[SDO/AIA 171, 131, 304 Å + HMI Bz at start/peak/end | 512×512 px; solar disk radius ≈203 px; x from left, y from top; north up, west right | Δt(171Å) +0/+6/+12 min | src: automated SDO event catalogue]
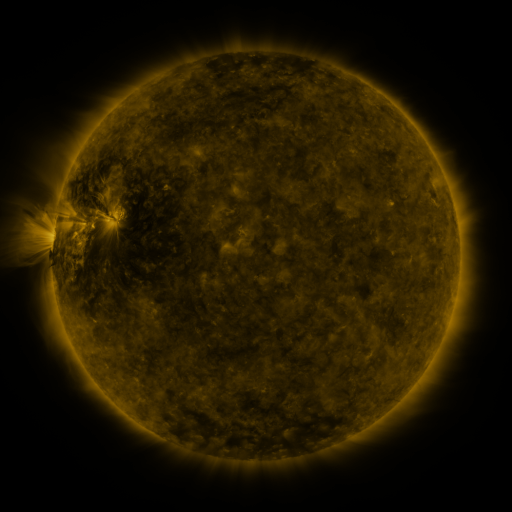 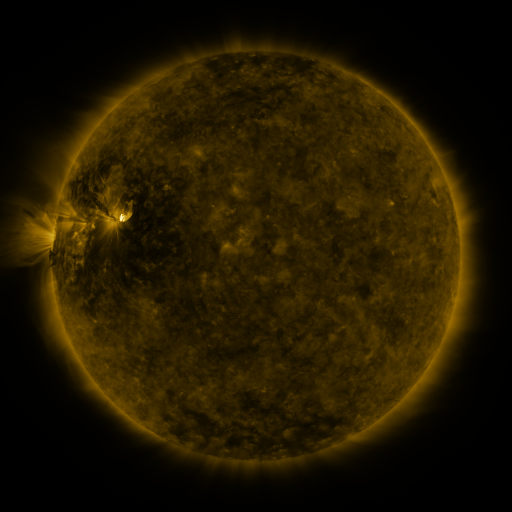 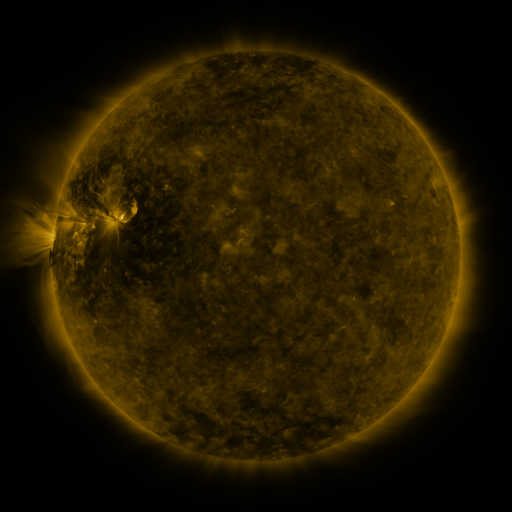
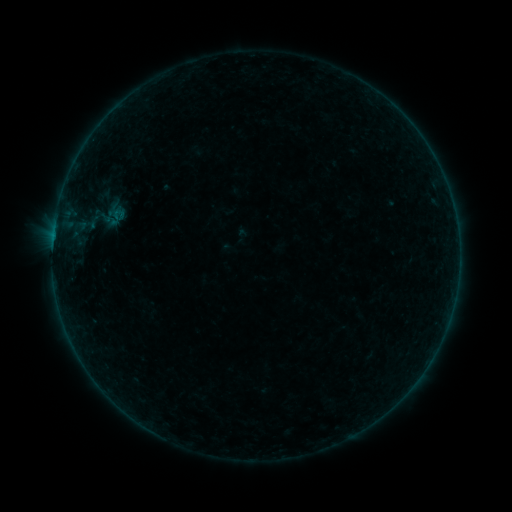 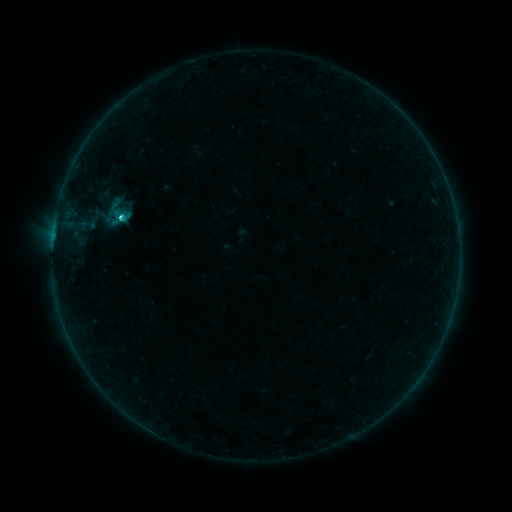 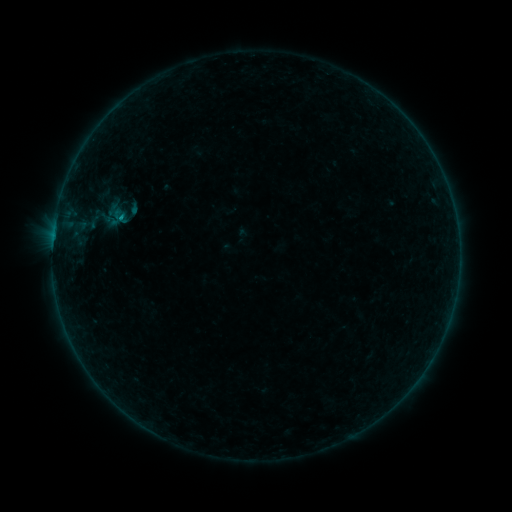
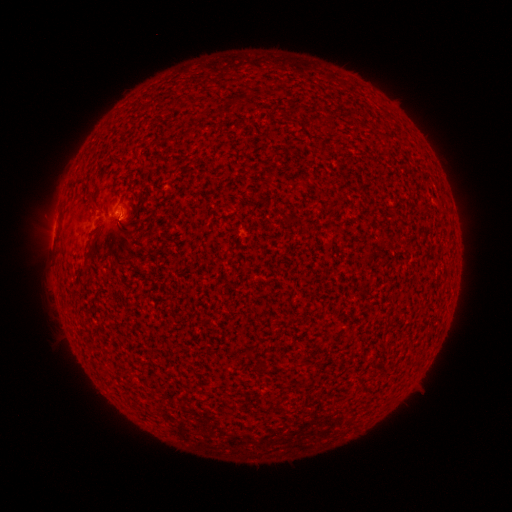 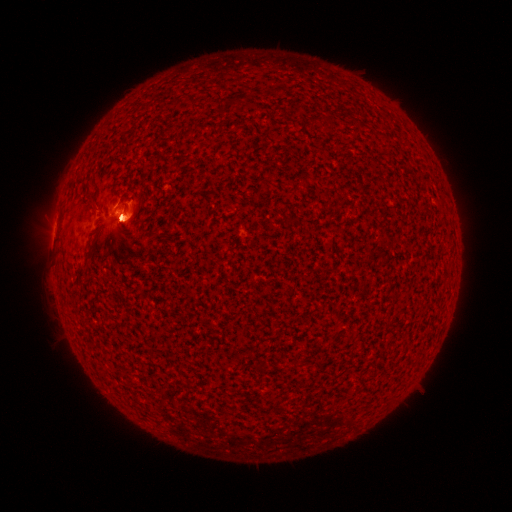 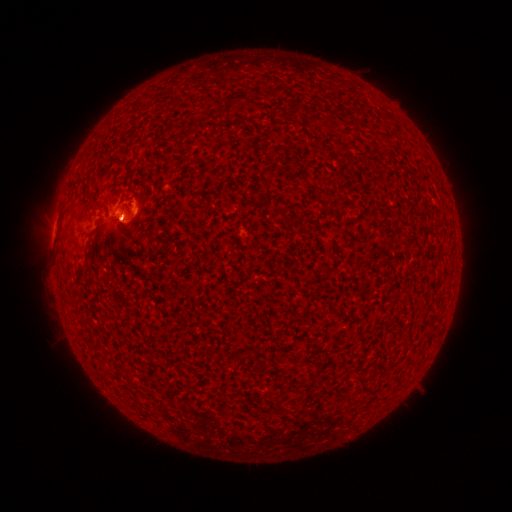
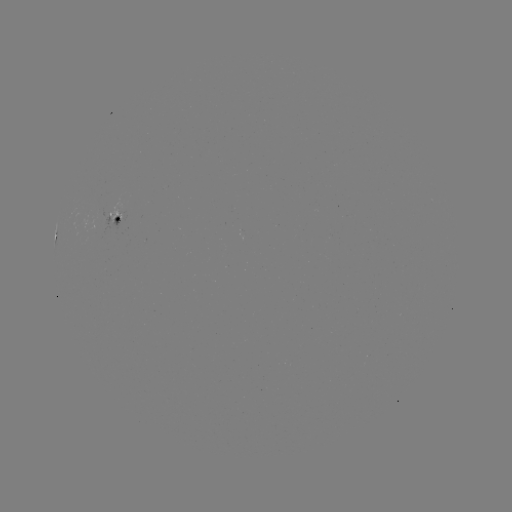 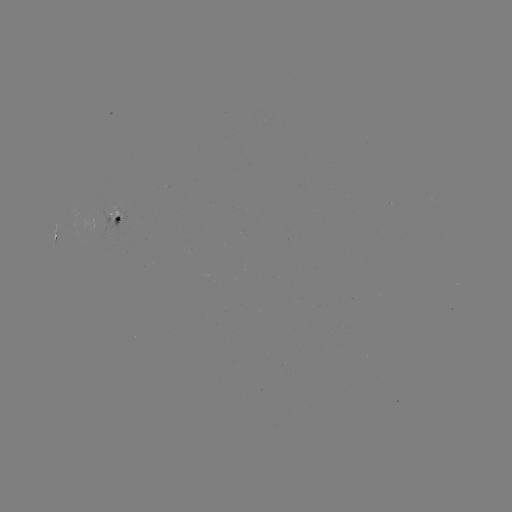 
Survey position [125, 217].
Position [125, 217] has eruption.